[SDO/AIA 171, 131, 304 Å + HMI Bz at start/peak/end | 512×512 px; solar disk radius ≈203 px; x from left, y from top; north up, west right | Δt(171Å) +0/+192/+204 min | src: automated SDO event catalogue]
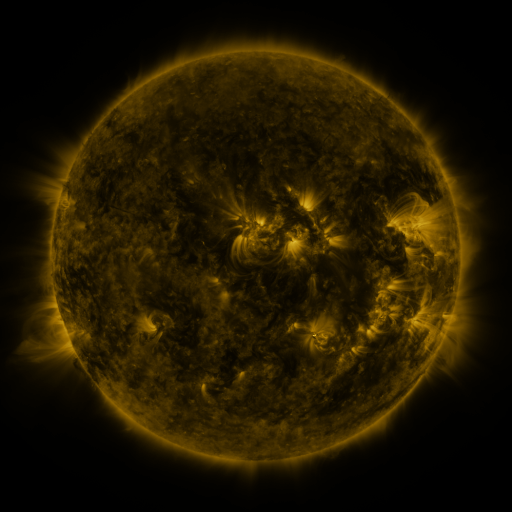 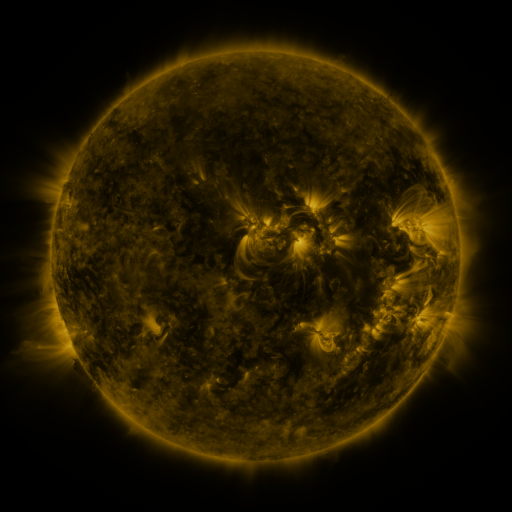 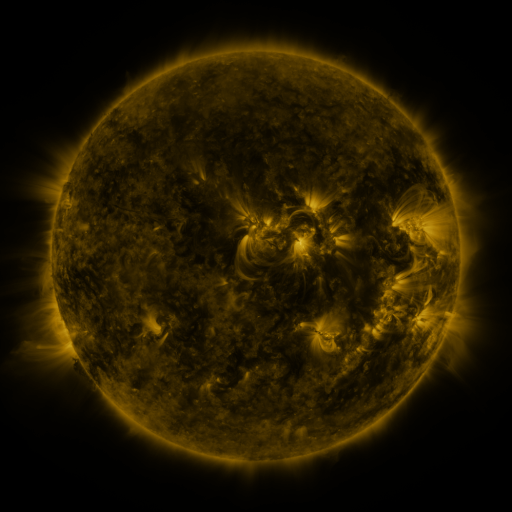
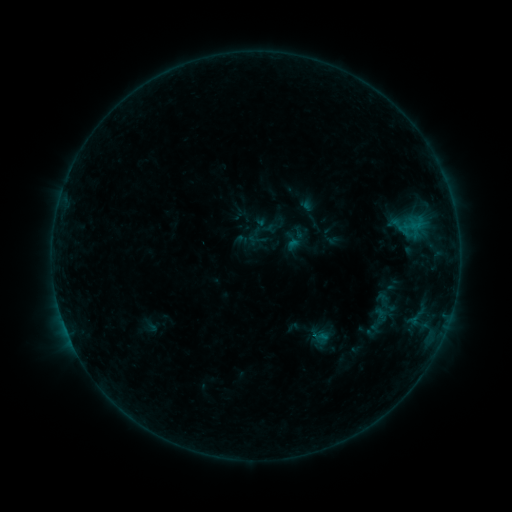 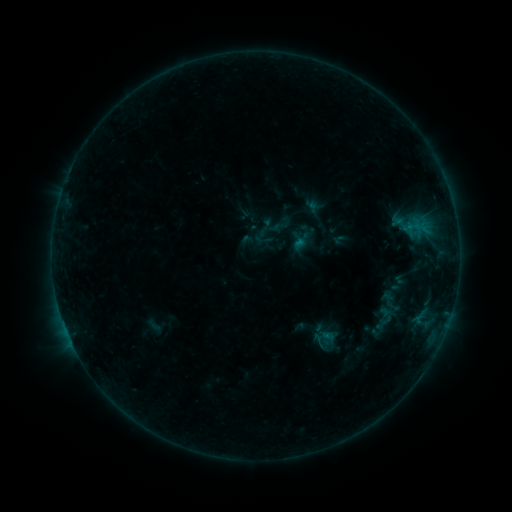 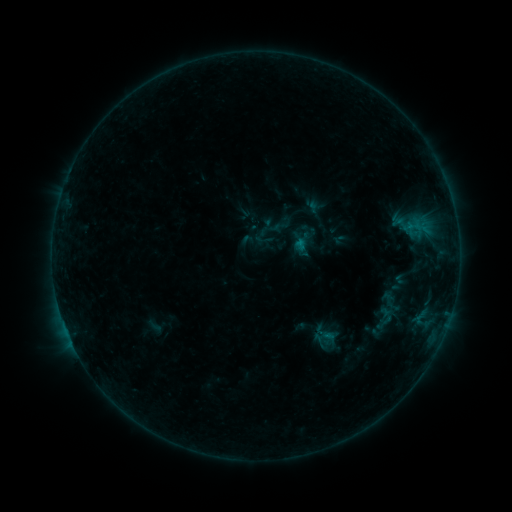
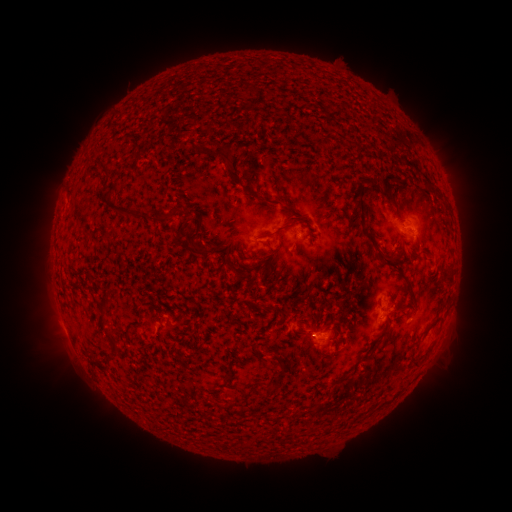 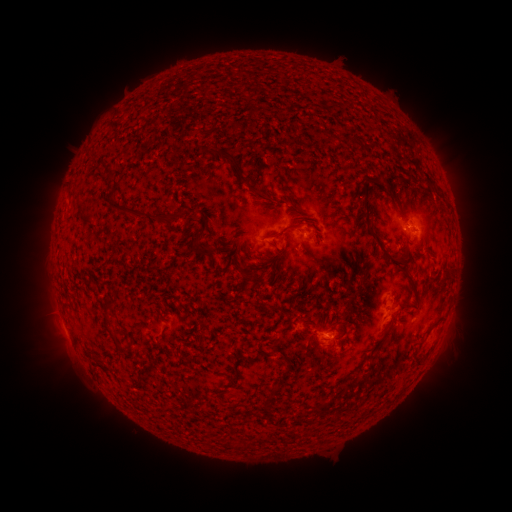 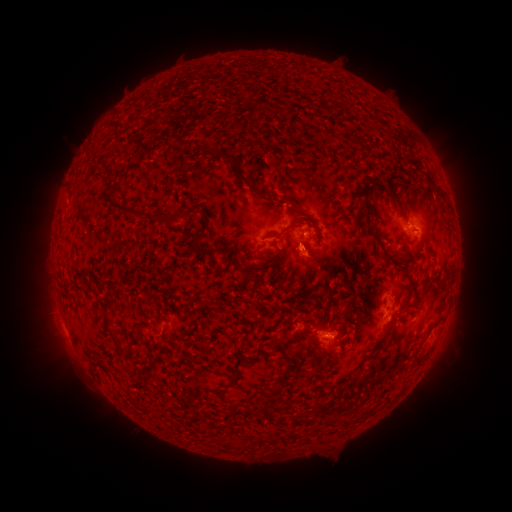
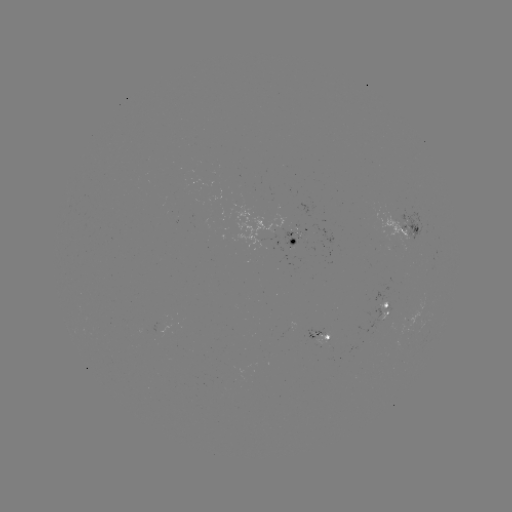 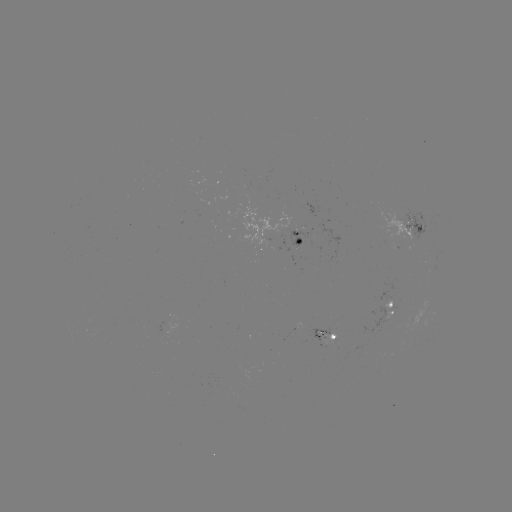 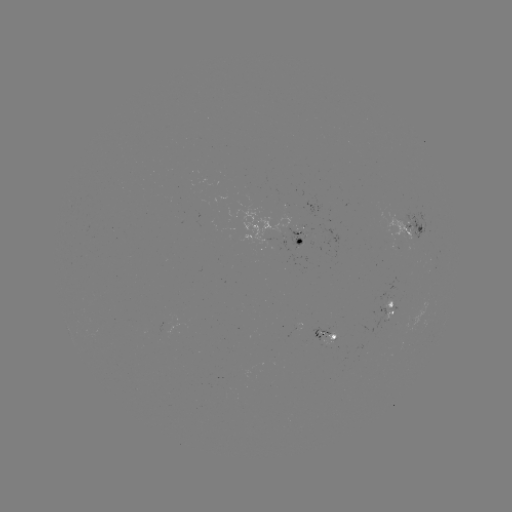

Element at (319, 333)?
emerging-flux region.